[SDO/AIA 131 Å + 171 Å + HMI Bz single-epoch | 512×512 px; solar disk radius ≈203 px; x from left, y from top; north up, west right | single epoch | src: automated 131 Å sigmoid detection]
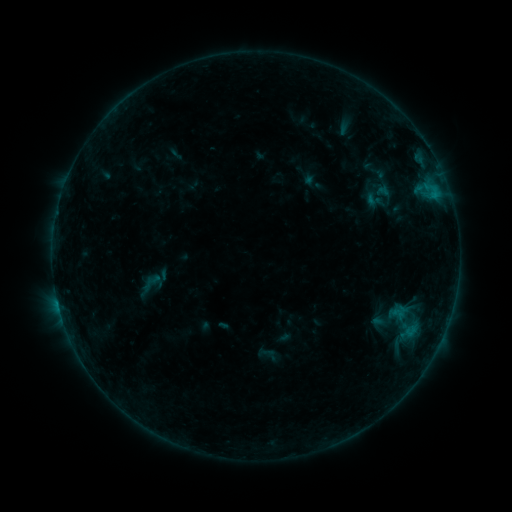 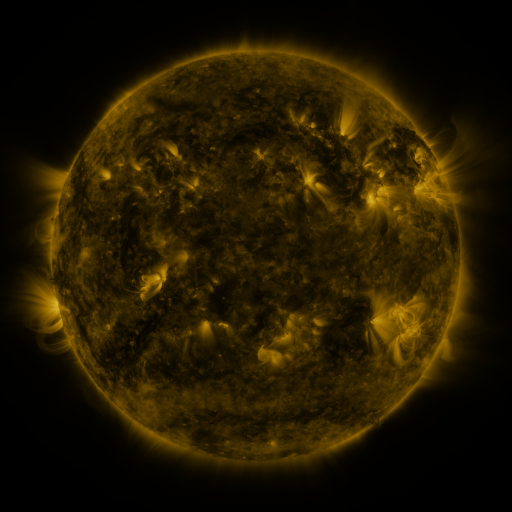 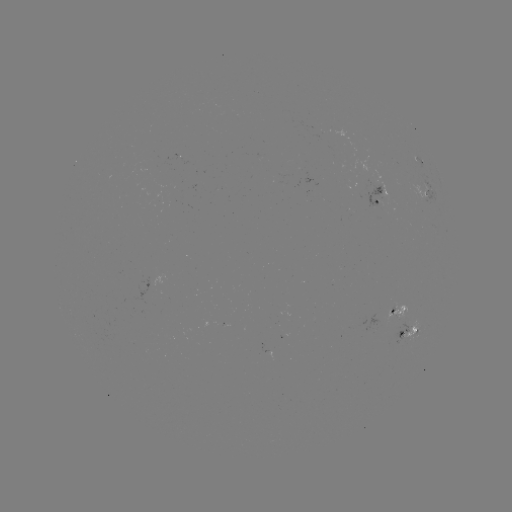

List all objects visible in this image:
sigmoid: (362, 188, 386, 212)
